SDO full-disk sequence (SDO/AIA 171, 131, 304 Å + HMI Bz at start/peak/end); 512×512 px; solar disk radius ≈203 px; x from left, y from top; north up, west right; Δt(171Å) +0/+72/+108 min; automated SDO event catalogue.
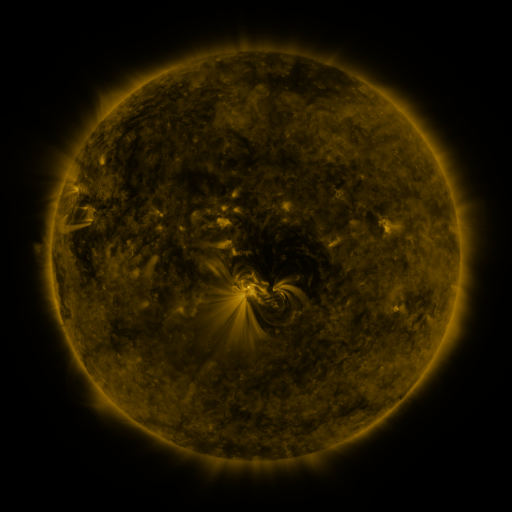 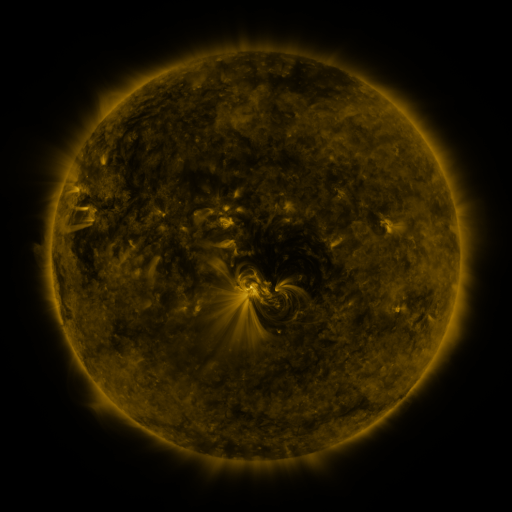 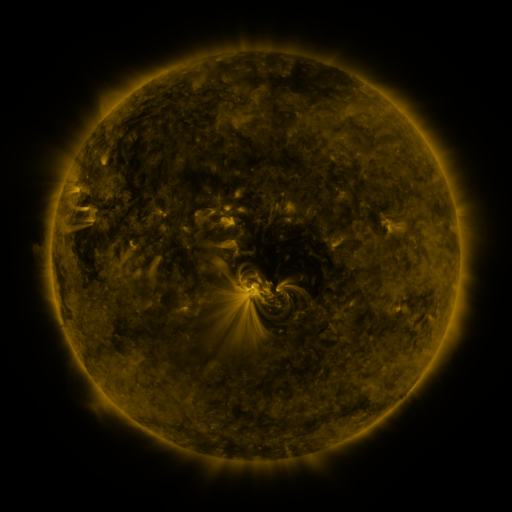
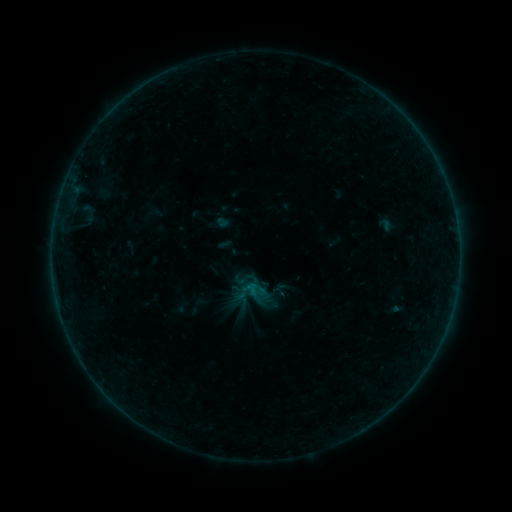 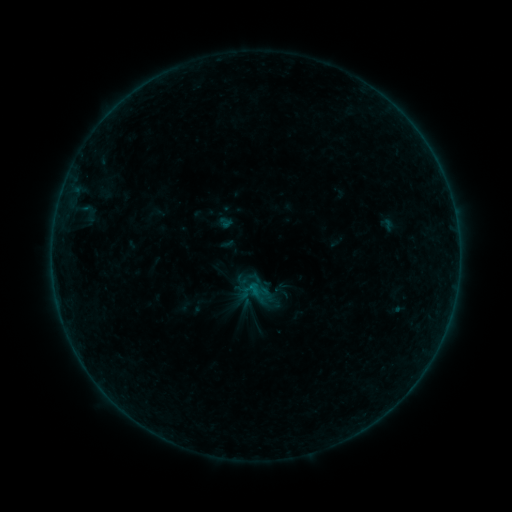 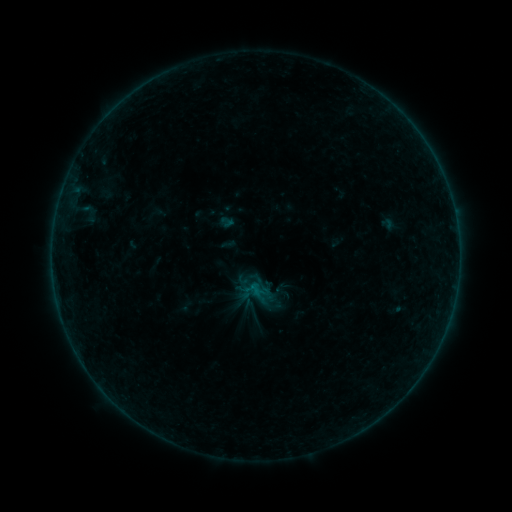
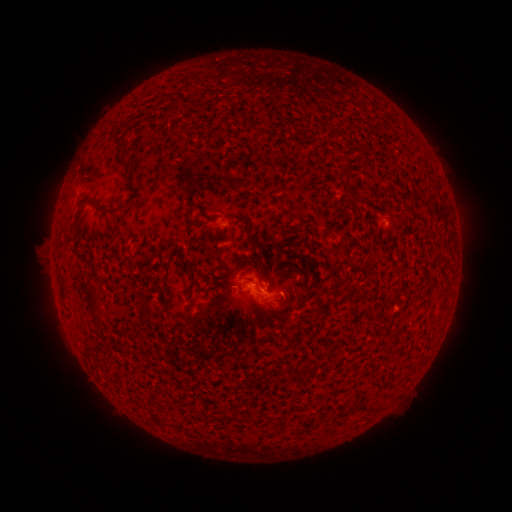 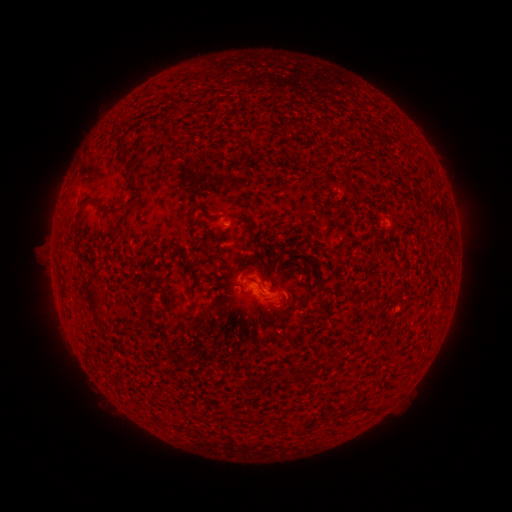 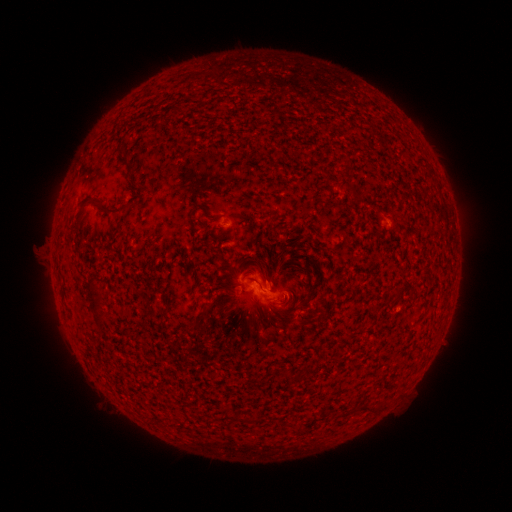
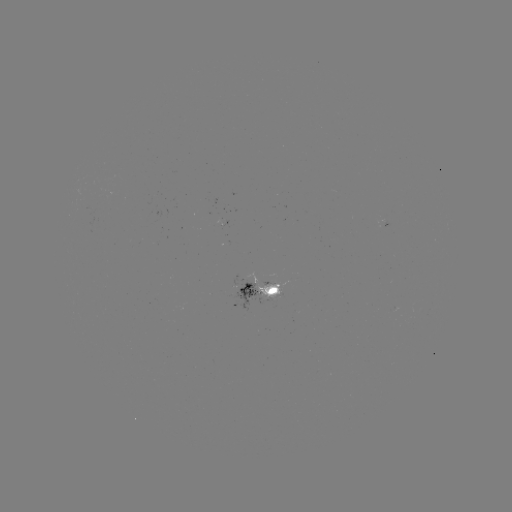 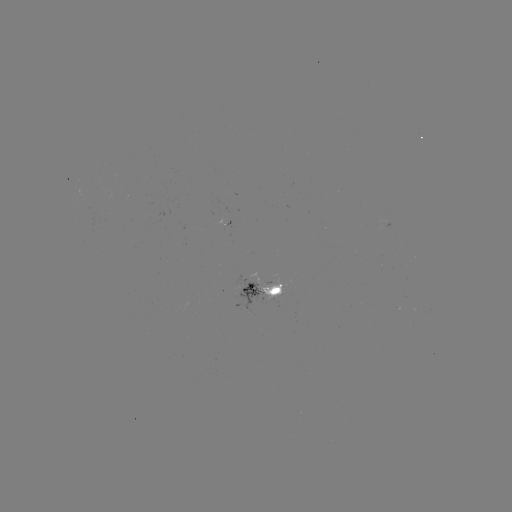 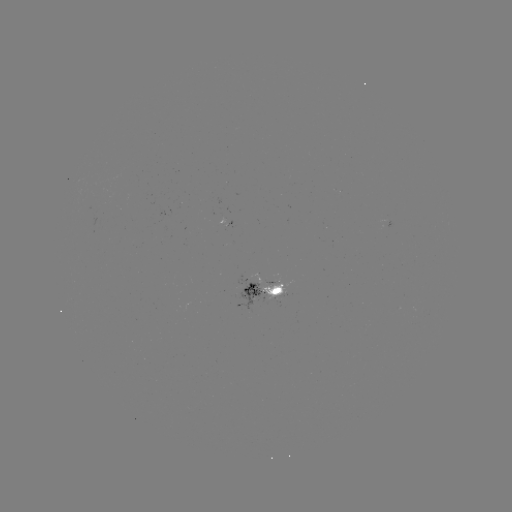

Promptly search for emerging-flux region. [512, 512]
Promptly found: (385, 224).